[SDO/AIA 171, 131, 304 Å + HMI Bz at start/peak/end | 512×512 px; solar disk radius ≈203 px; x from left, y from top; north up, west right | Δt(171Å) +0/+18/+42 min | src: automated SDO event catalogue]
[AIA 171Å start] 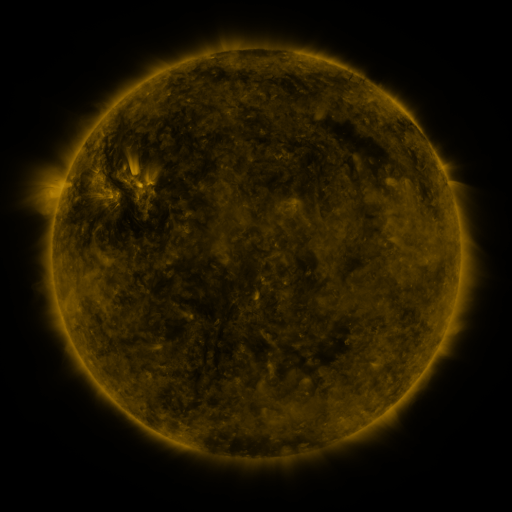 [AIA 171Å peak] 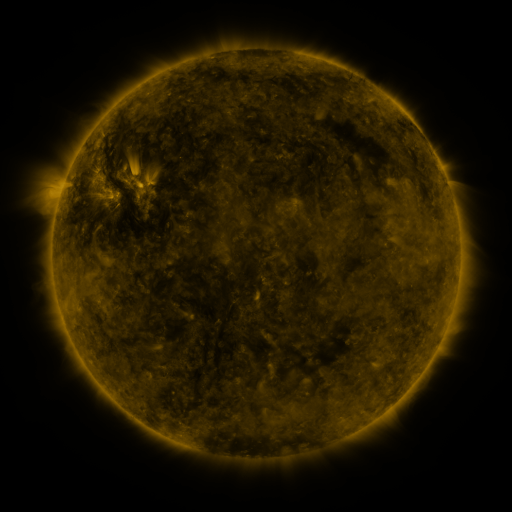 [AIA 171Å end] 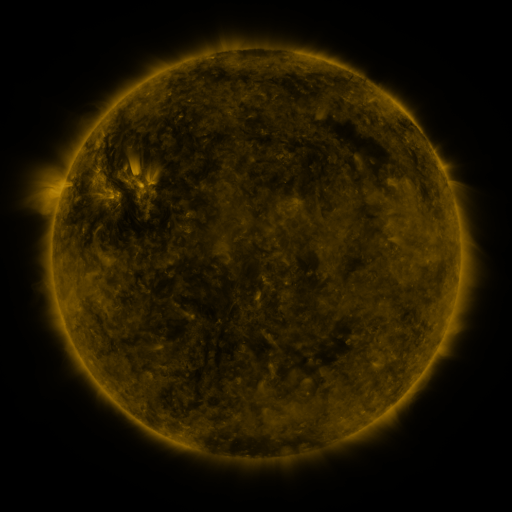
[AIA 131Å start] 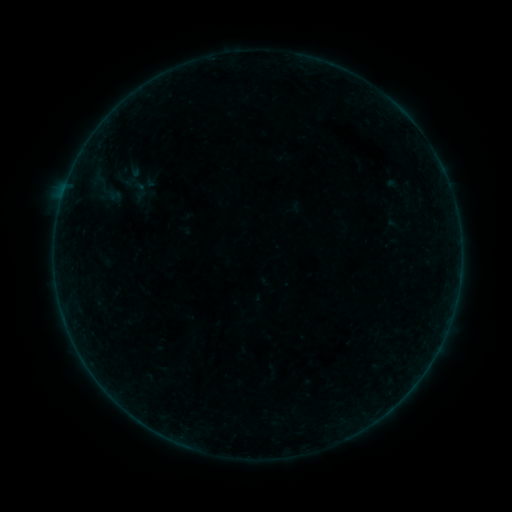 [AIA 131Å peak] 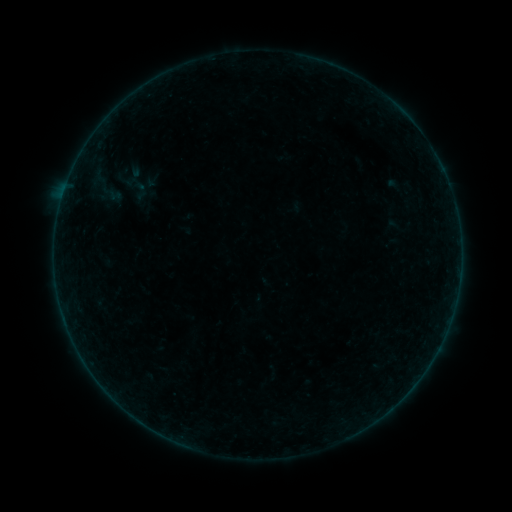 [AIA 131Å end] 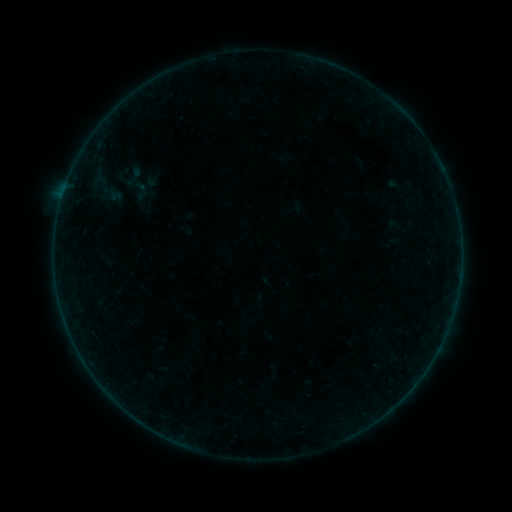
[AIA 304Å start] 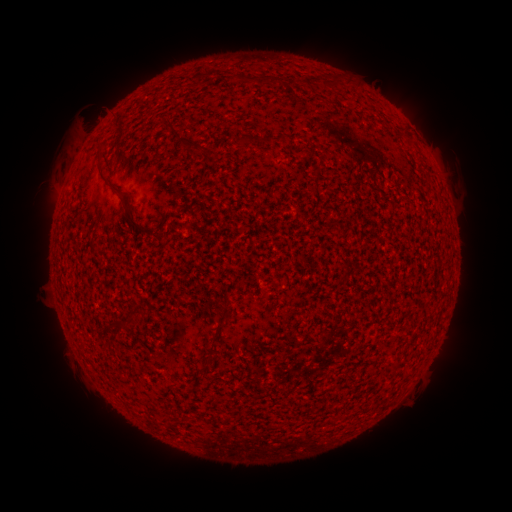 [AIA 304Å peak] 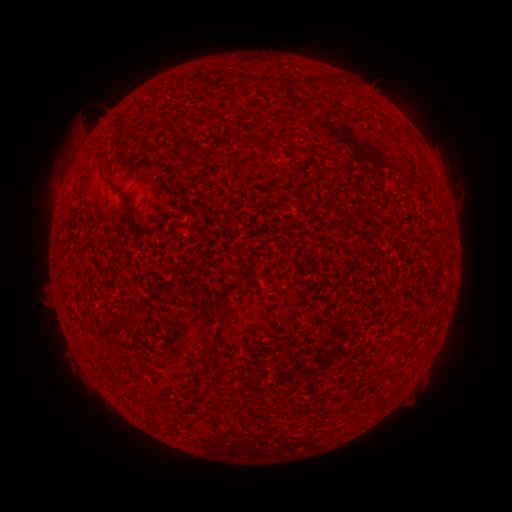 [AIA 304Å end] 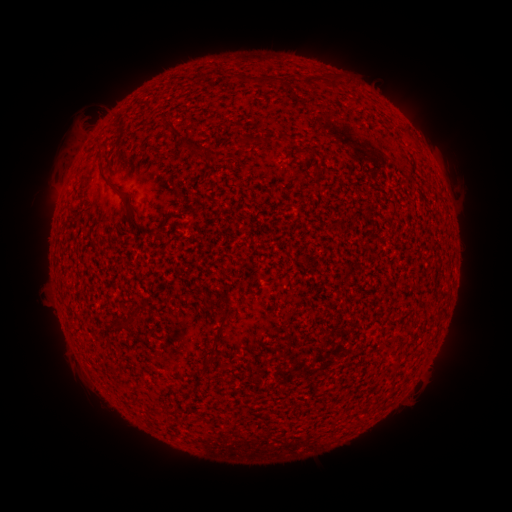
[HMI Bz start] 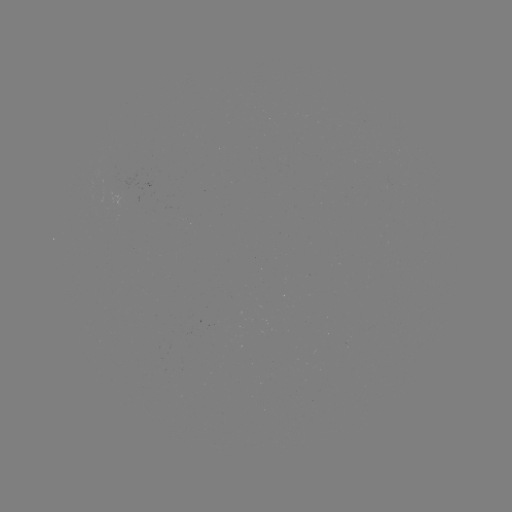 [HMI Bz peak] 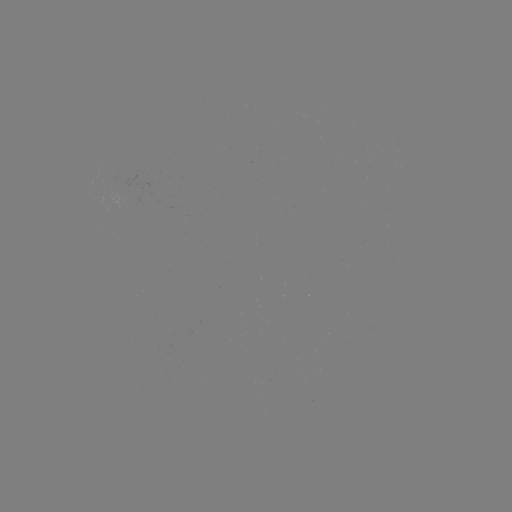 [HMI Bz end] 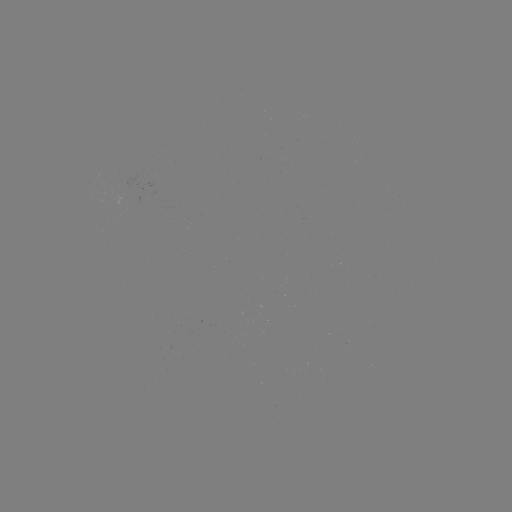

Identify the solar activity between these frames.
nothing was catalogued: no classed flare, no EUV trigger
